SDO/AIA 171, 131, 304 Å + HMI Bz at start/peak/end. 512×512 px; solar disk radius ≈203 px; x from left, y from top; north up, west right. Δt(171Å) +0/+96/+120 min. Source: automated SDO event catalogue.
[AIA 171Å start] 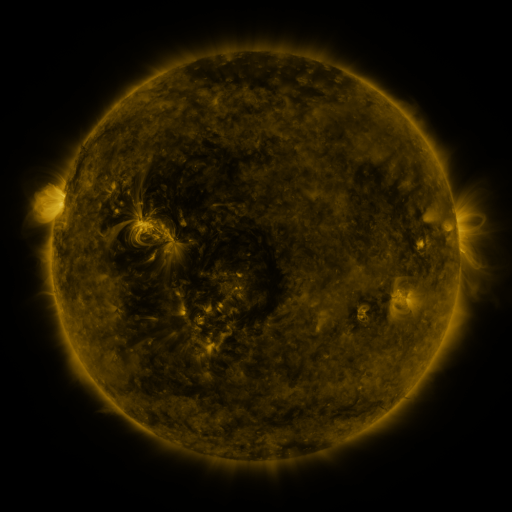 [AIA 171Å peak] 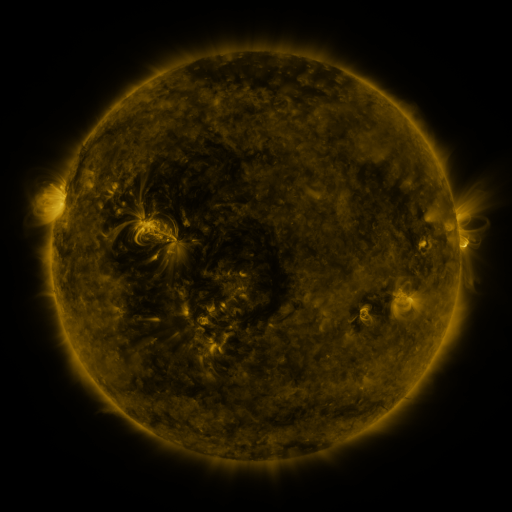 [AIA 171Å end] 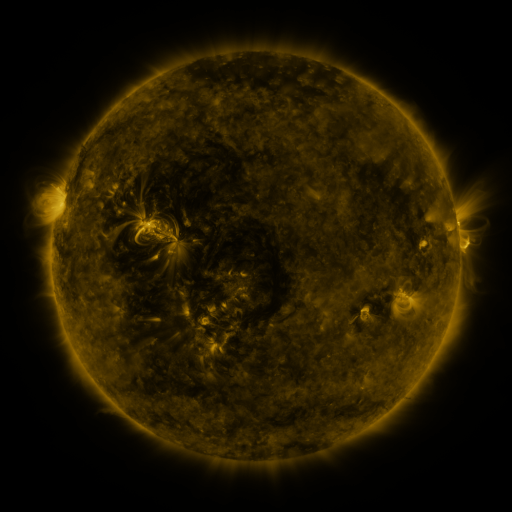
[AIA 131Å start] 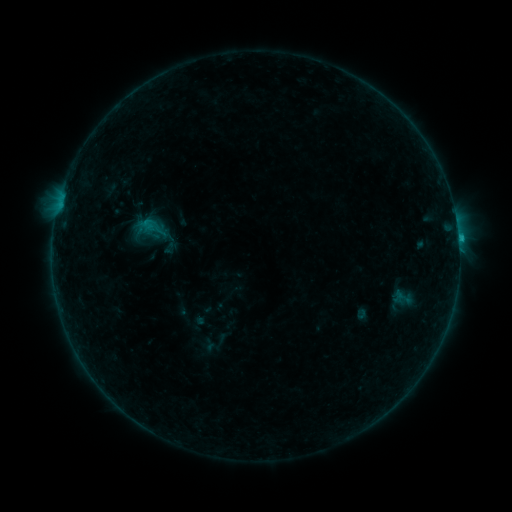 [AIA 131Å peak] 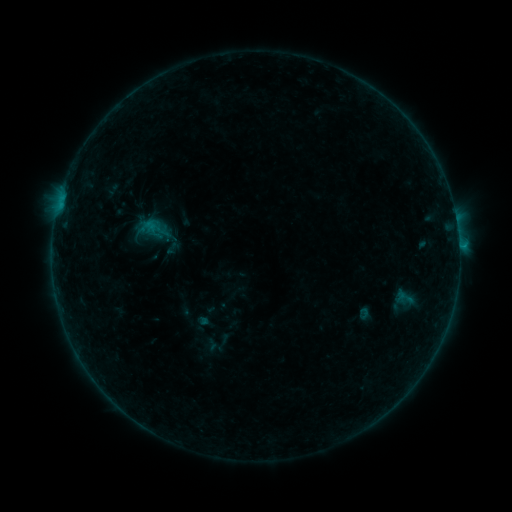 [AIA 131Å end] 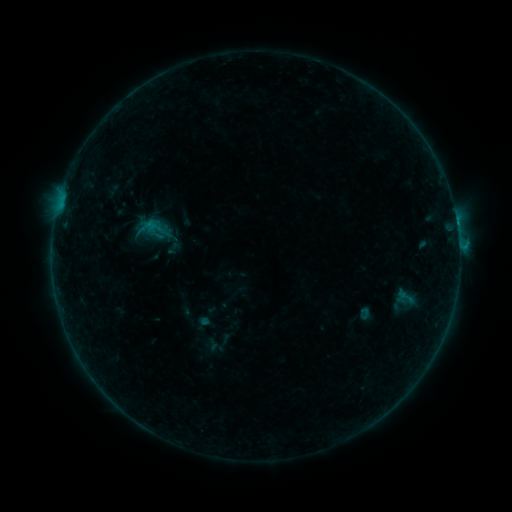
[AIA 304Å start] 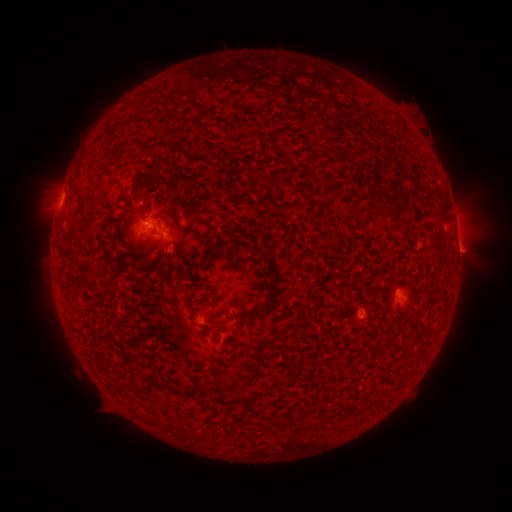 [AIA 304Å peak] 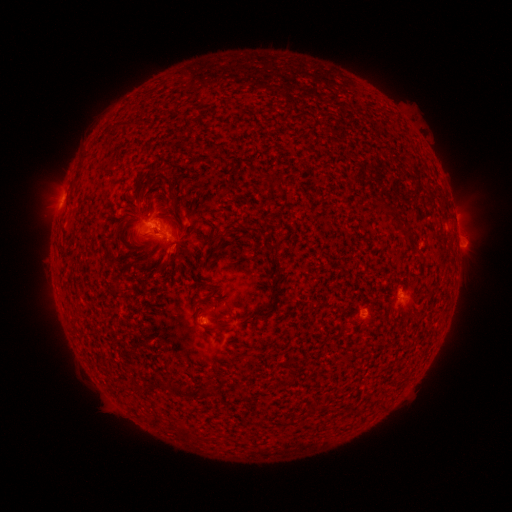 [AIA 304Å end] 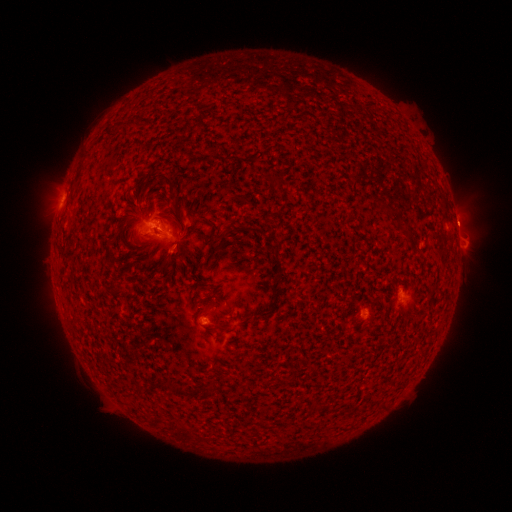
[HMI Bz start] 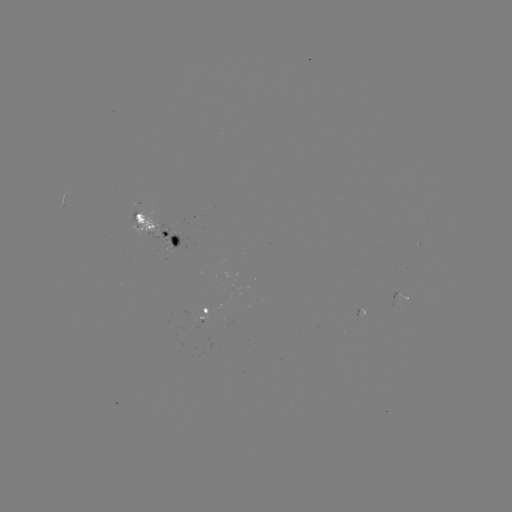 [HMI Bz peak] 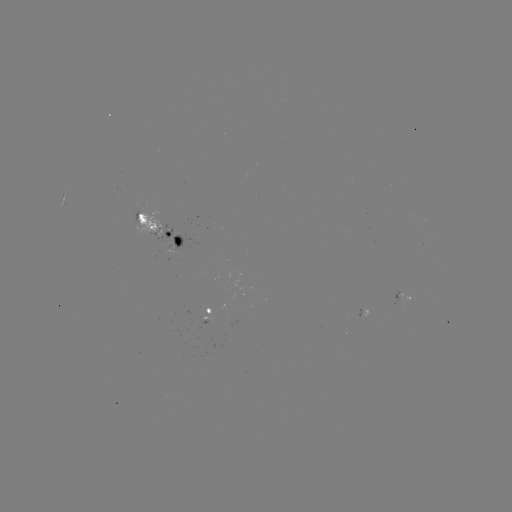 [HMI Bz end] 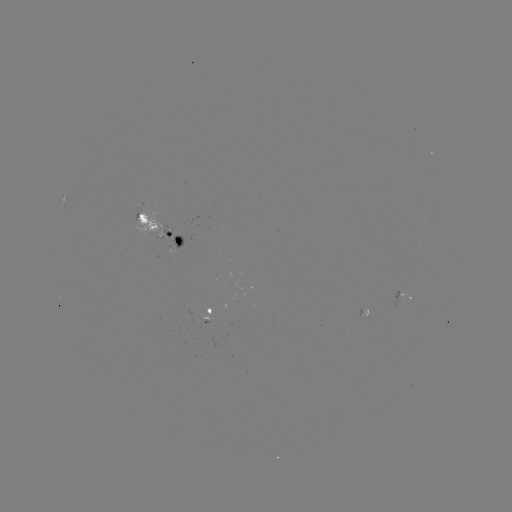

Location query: emerging-flux region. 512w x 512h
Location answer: [397, 293].